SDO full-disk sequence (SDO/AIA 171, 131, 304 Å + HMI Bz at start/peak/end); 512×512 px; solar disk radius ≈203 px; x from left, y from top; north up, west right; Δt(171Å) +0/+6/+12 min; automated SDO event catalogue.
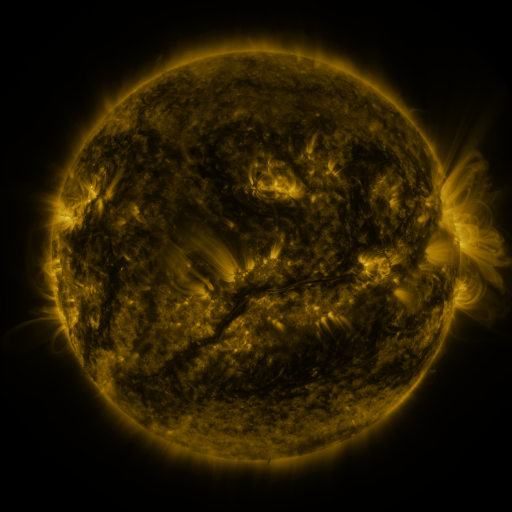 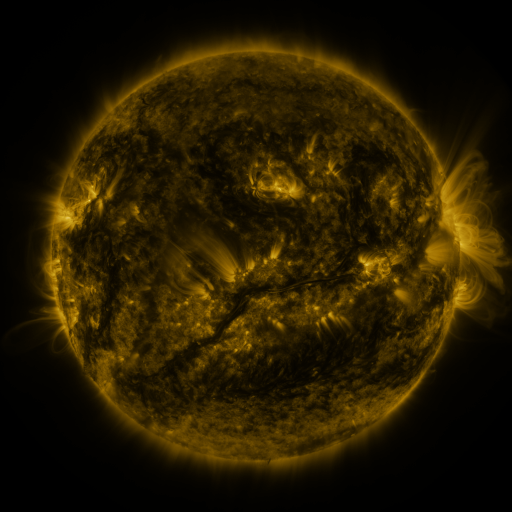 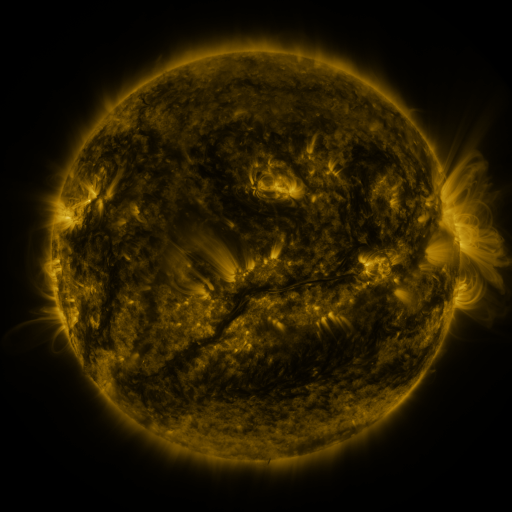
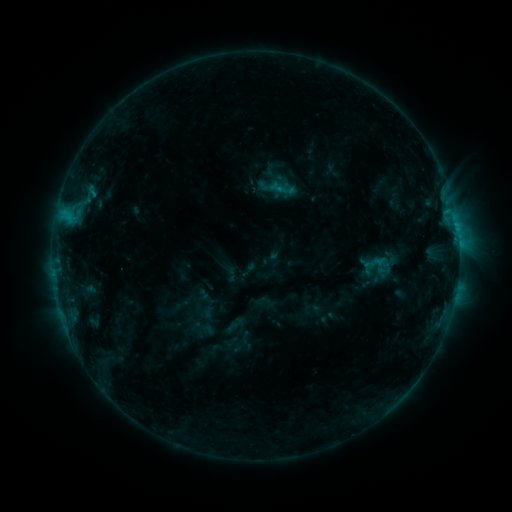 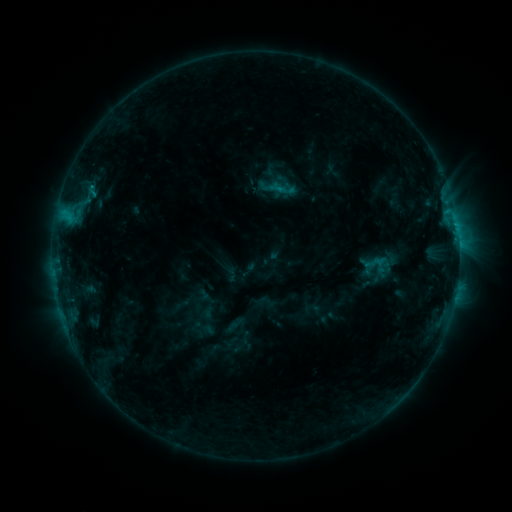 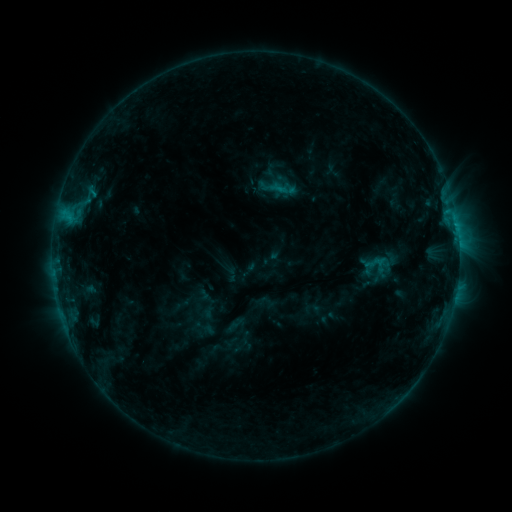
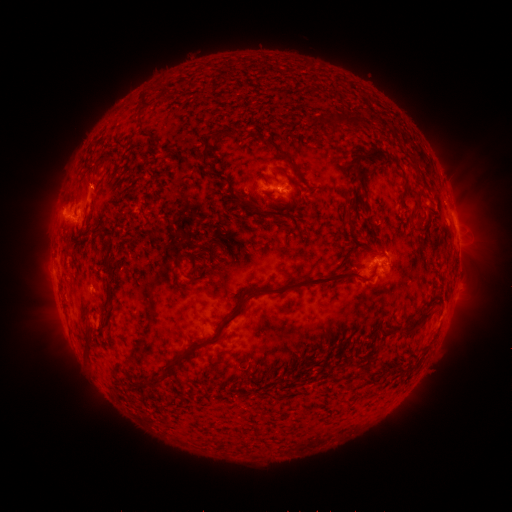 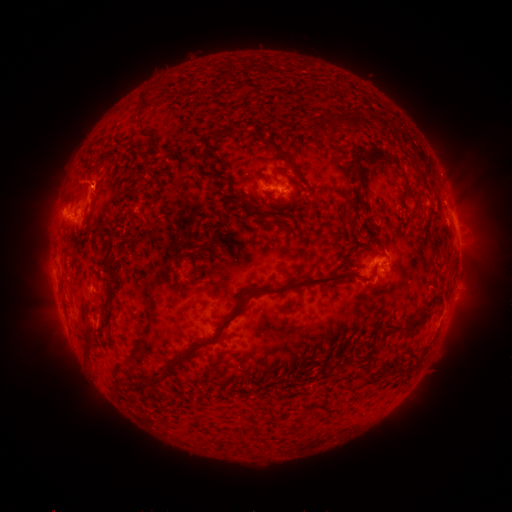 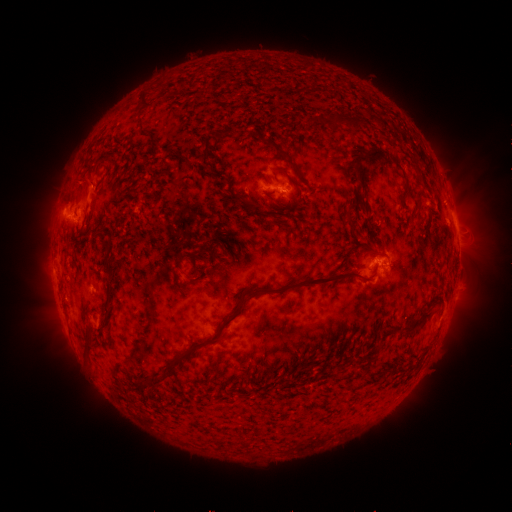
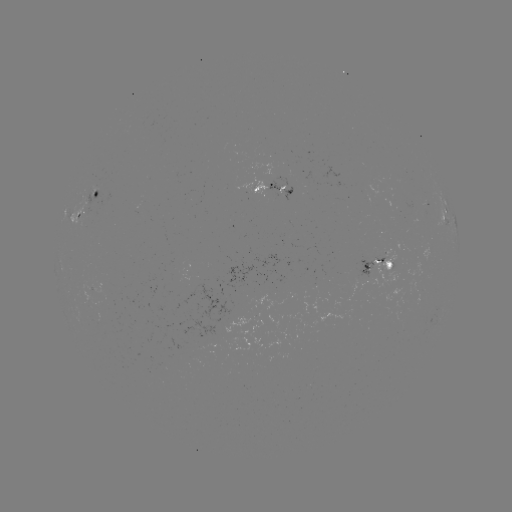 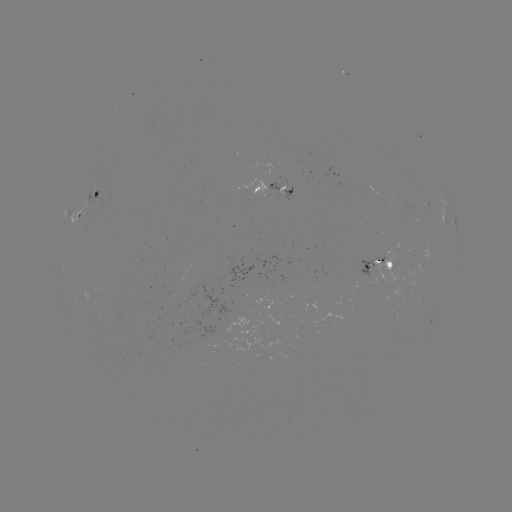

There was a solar eruption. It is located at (81, 178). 